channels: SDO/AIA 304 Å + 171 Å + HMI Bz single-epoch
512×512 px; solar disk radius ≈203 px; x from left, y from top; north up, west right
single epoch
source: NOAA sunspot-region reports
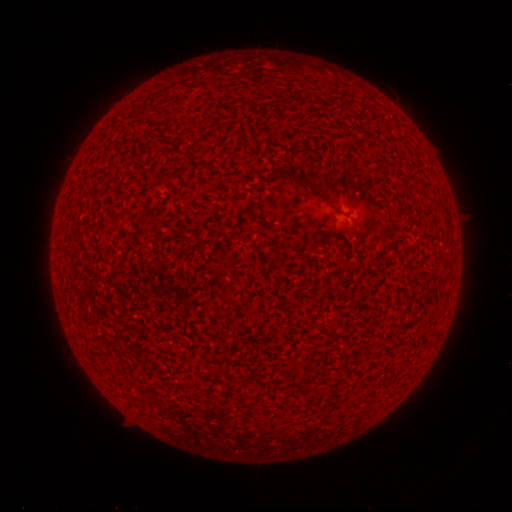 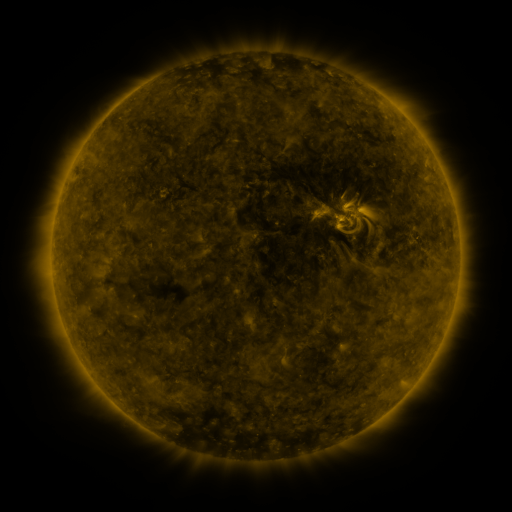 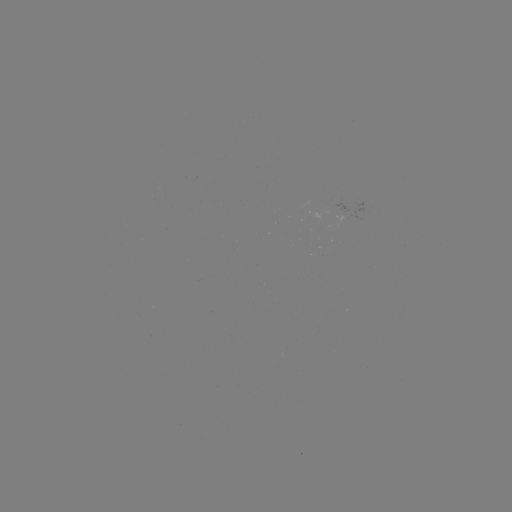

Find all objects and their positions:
(none)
